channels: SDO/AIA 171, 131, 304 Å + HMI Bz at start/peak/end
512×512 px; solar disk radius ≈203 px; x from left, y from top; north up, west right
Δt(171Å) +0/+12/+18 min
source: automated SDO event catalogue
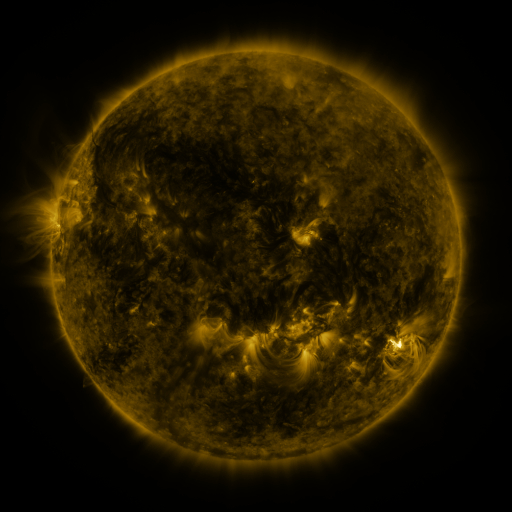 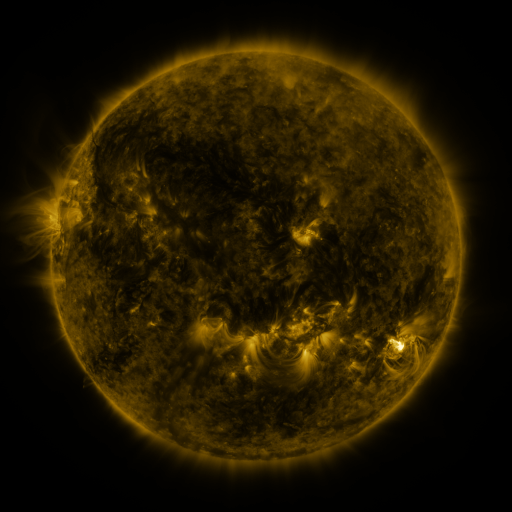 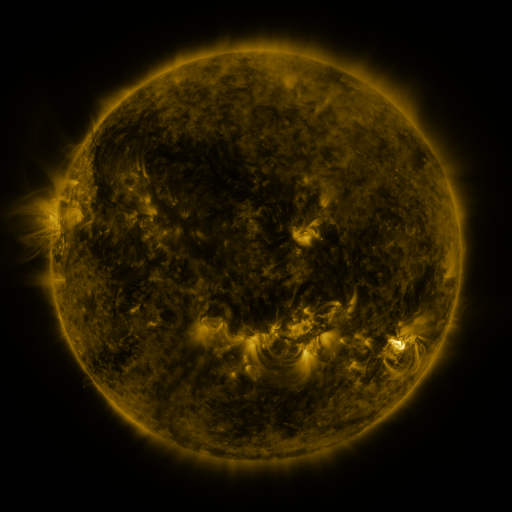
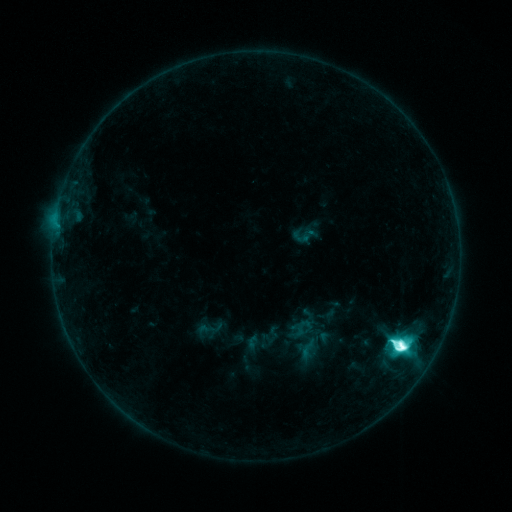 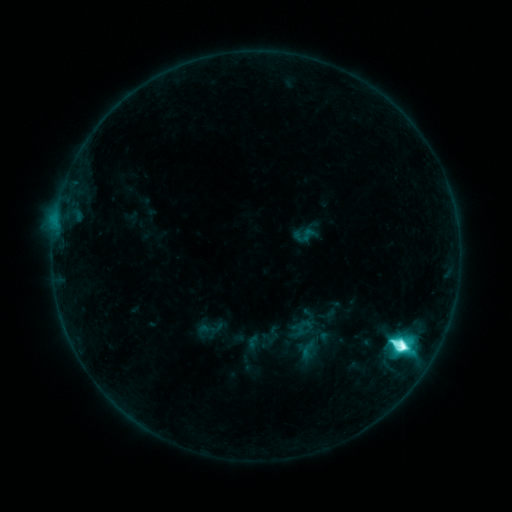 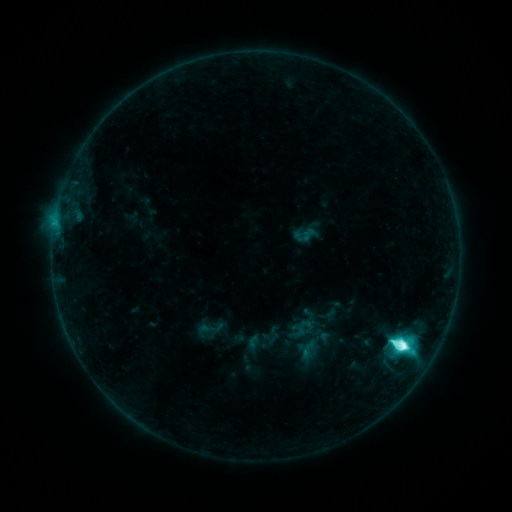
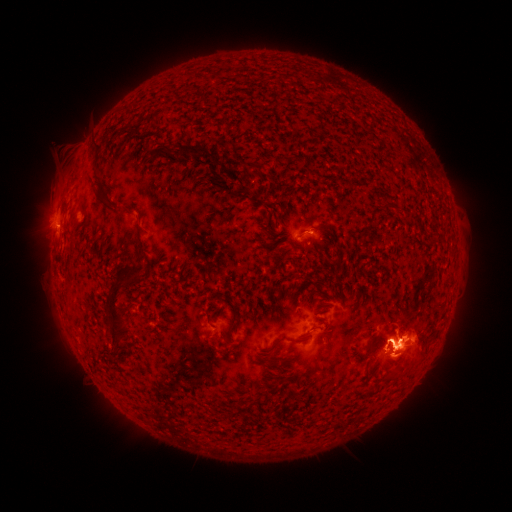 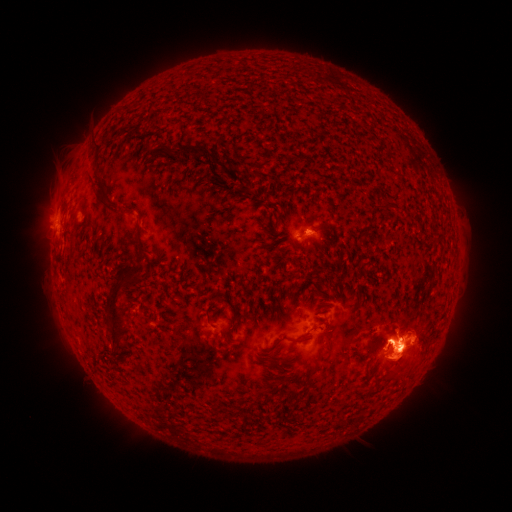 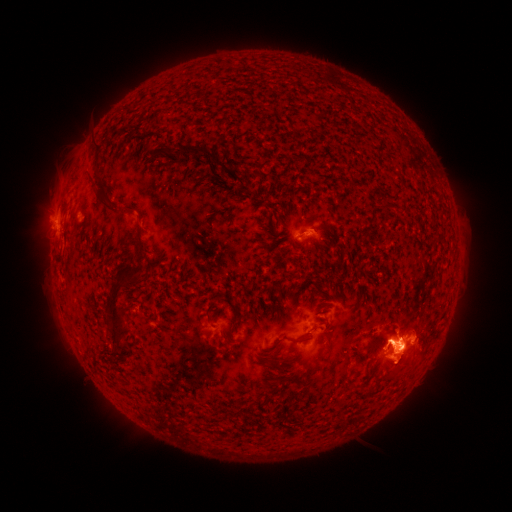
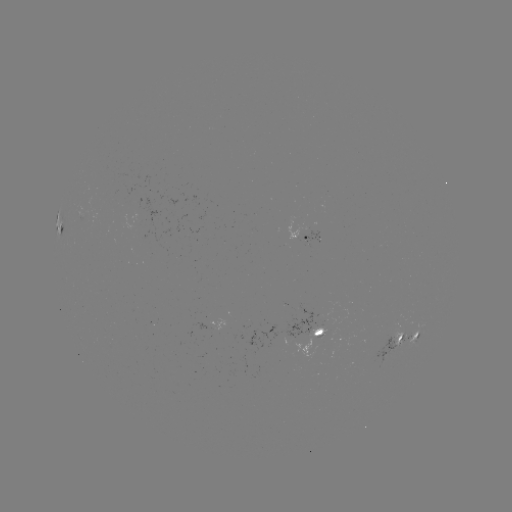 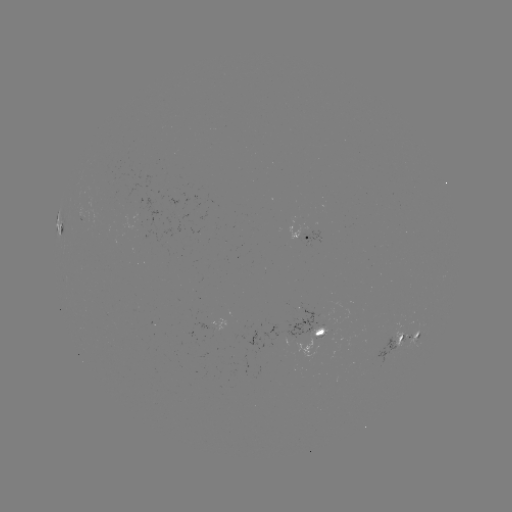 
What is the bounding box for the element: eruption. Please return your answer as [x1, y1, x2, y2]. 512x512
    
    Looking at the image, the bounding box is [372, 332, 431, 390].